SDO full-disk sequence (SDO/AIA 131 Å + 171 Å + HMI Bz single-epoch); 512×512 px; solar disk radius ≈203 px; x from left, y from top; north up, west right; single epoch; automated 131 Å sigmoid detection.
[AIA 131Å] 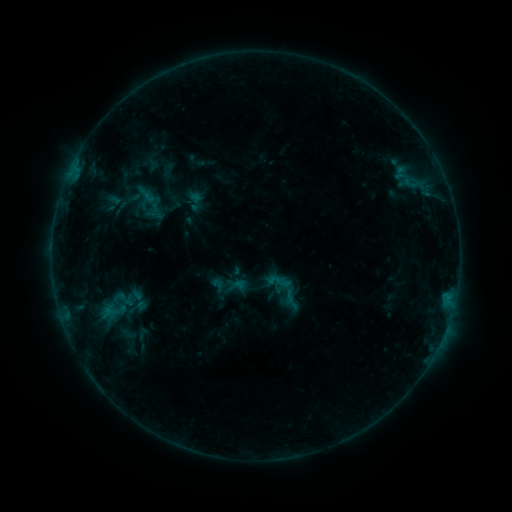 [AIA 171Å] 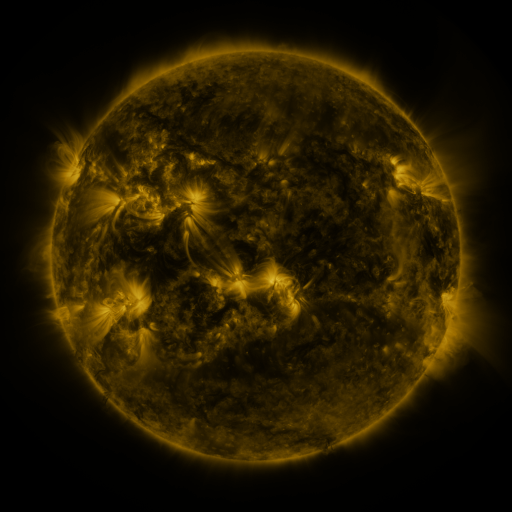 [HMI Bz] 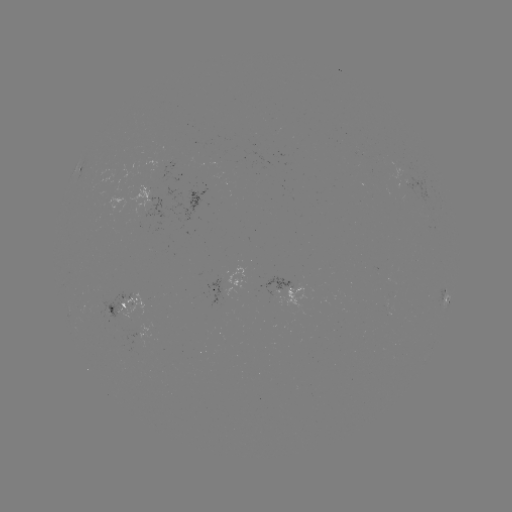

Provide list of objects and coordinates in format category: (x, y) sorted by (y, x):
sigmoid: (286, 290)
sigmoid: (122, 298)
